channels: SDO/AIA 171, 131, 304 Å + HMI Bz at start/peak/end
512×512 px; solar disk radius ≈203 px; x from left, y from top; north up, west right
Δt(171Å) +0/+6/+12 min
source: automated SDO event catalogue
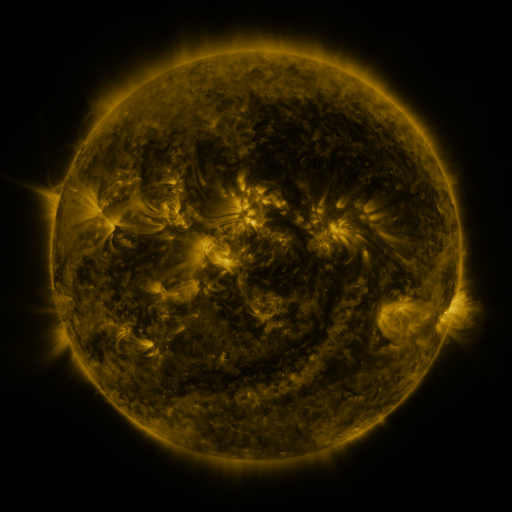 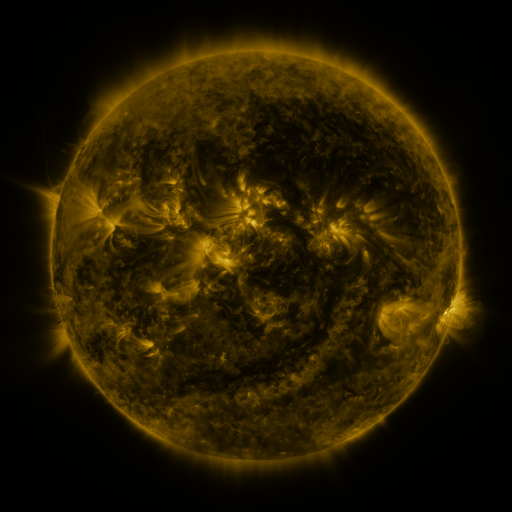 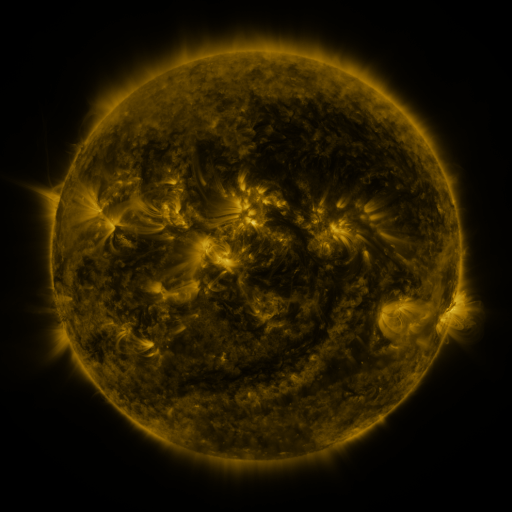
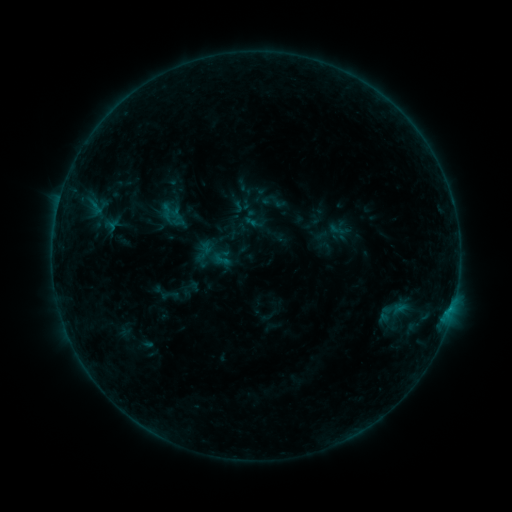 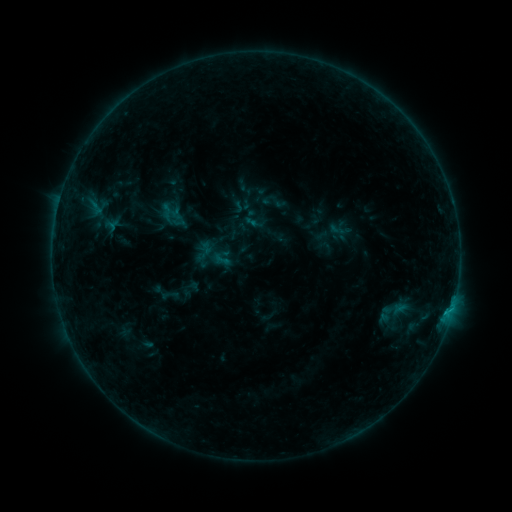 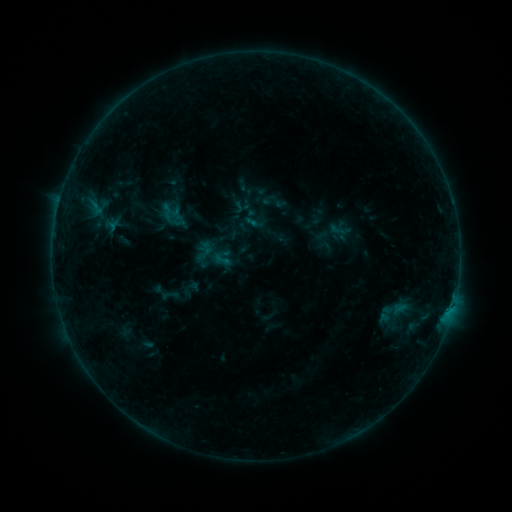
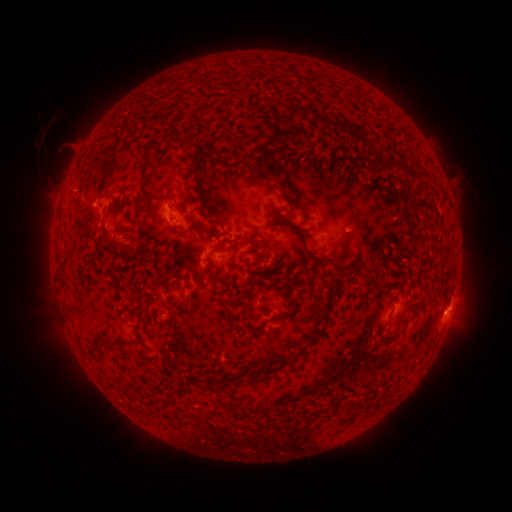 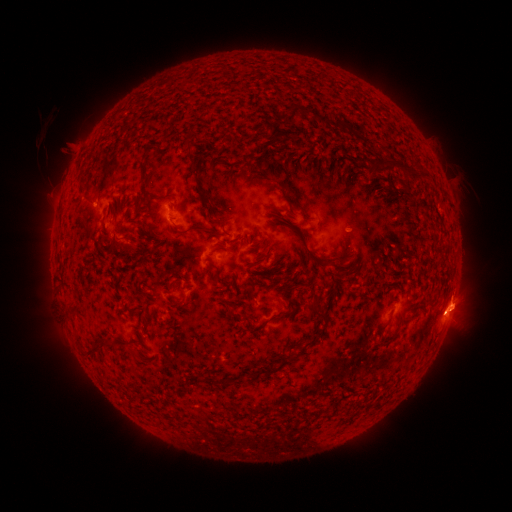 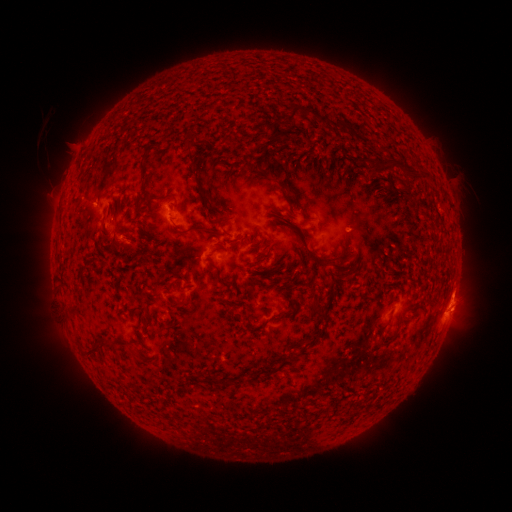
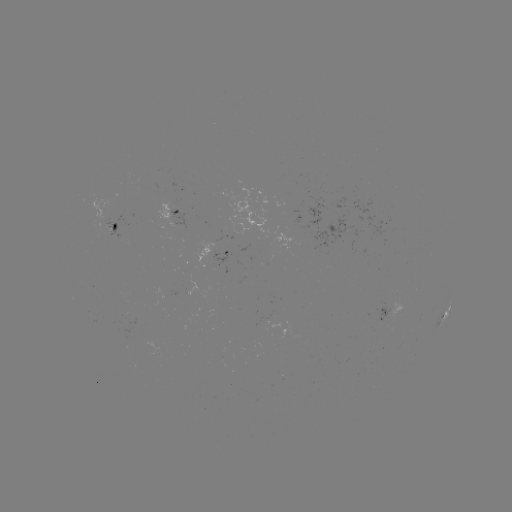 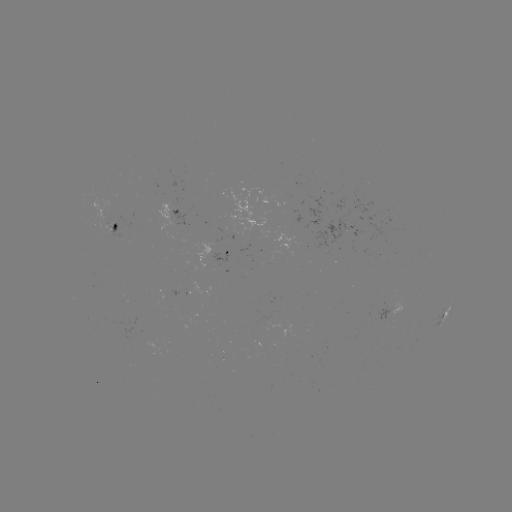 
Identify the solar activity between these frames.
B4.5 flare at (446, 310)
